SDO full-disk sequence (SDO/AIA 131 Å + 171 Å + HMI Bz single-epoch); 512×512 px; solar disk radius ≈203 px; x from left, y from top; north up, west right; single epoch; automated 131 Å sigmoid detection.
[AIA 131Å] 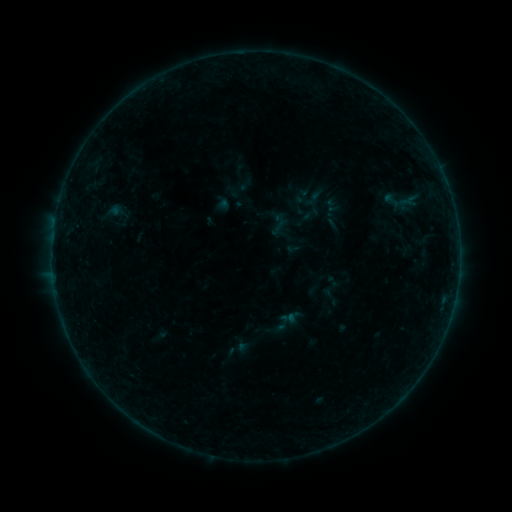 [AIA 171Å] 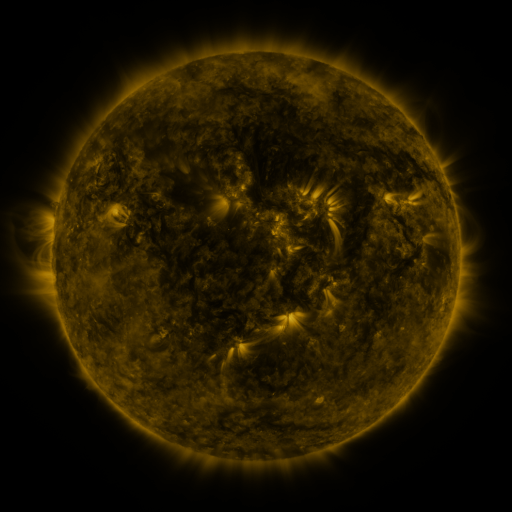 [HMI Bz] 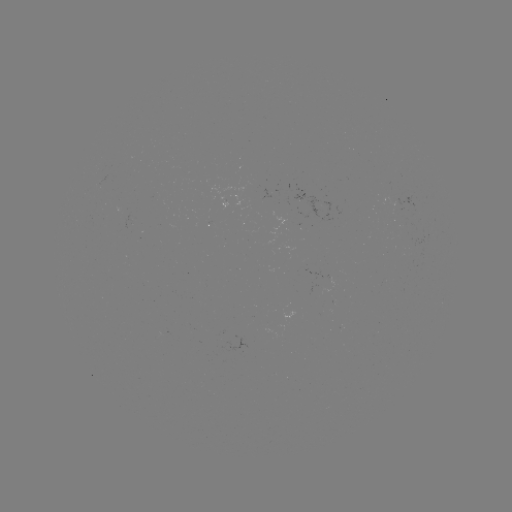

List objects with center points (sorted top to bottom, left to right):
sigmoid: (391, 200)
